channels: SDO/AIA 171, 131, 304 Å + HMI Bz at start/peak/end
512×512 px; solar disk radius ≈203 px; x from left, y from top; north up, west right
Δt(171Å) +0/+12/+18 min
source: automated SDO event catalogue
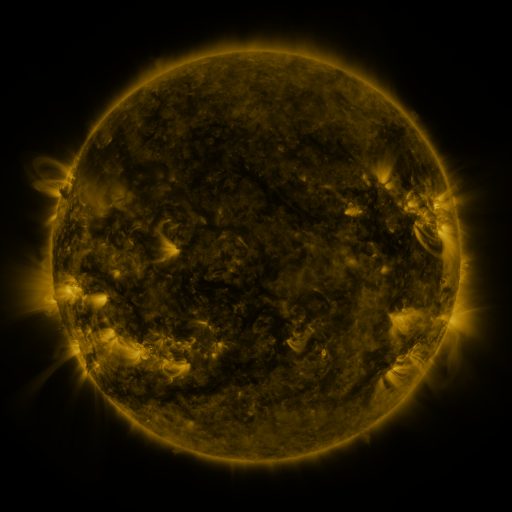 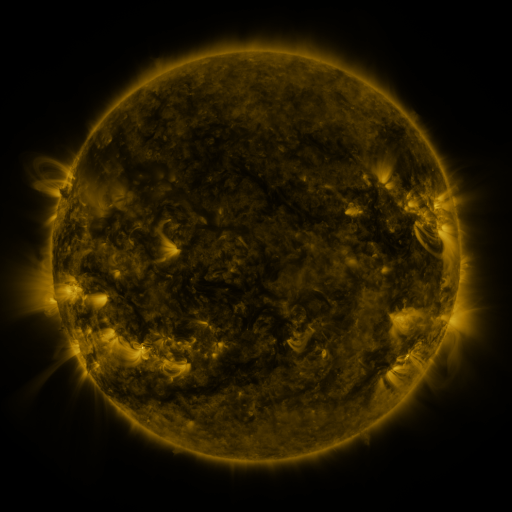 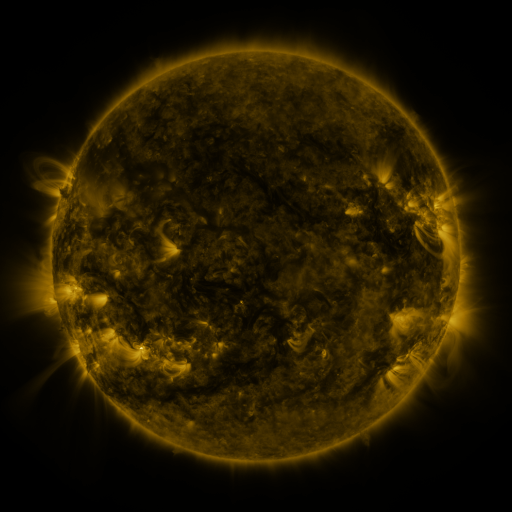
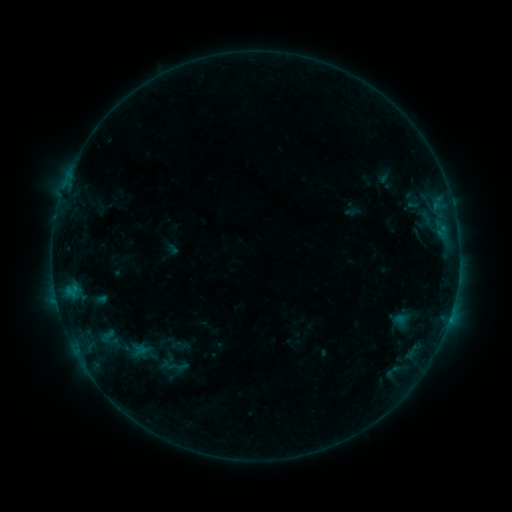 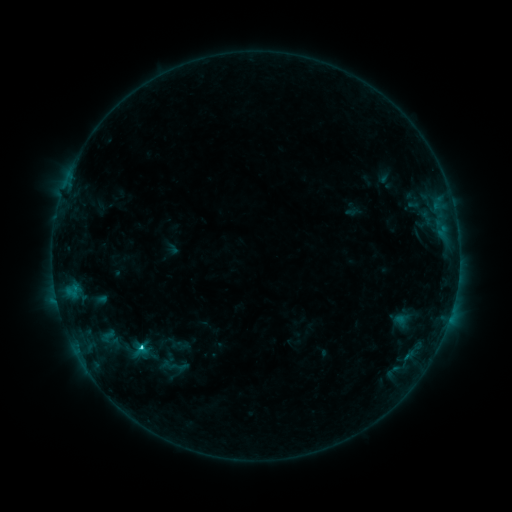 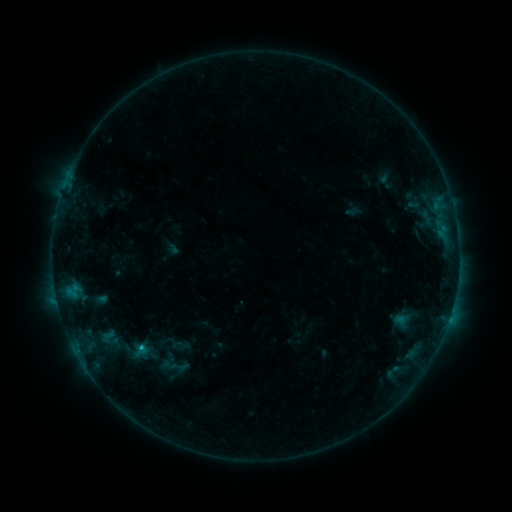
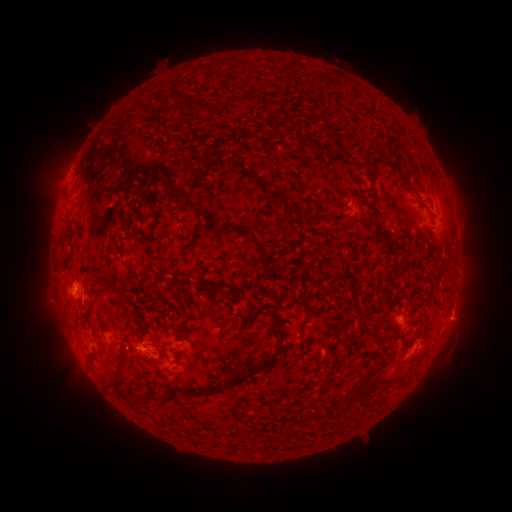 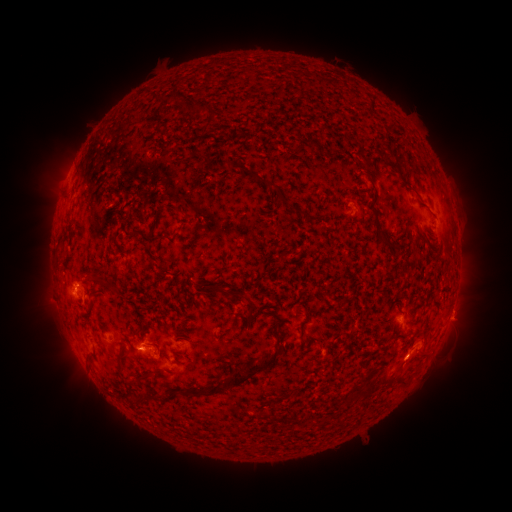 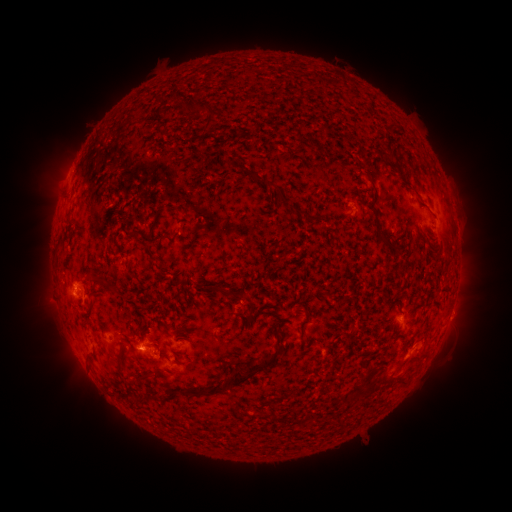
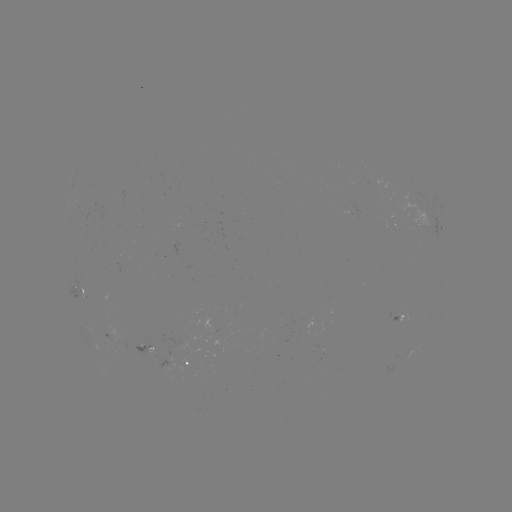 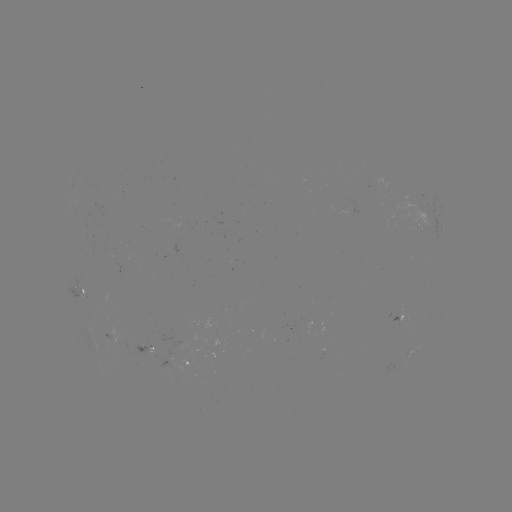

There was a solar flare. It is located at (141, 345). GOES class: C1.4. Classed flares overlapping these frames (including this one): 1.